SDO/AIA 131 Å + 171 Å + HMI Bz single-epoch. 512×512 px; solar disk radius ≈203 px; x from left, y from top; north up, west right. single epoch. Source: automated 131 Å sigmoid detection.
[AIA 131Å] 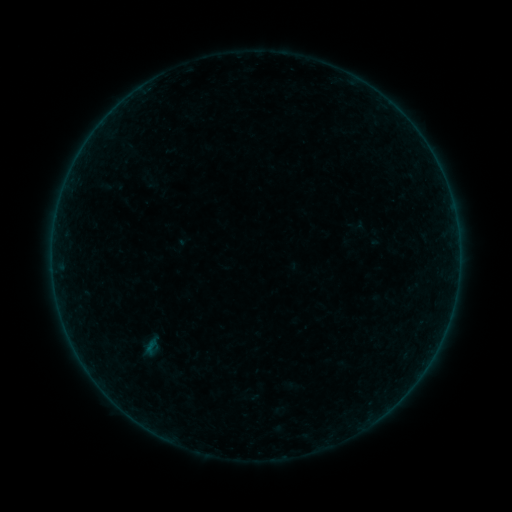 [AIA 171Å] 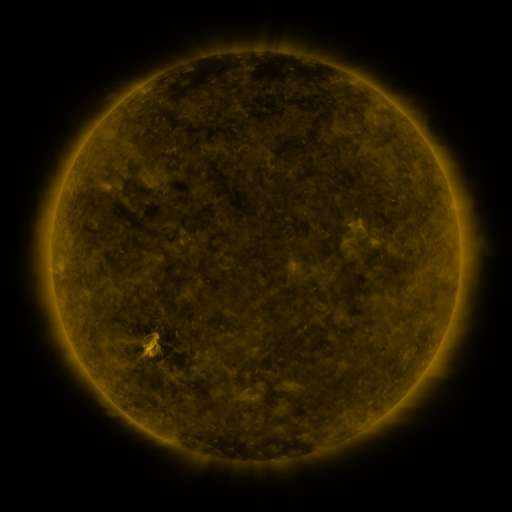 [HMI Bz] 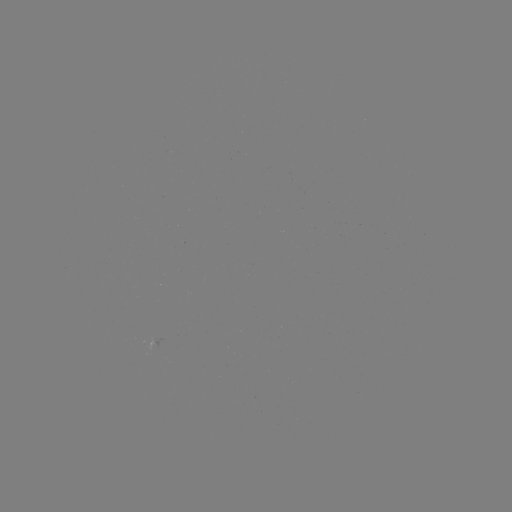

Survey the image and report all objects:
sigmoid: (135, 336, 168, 359)
